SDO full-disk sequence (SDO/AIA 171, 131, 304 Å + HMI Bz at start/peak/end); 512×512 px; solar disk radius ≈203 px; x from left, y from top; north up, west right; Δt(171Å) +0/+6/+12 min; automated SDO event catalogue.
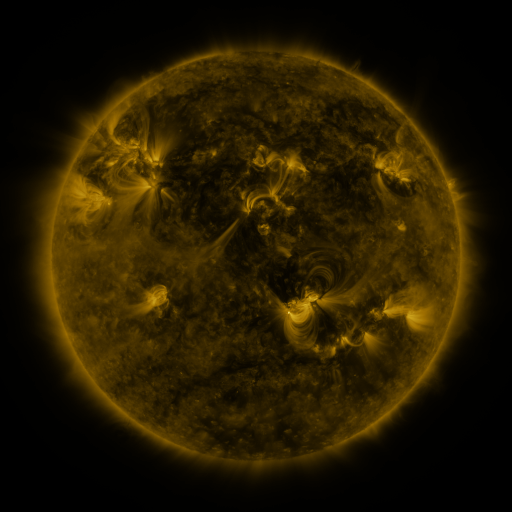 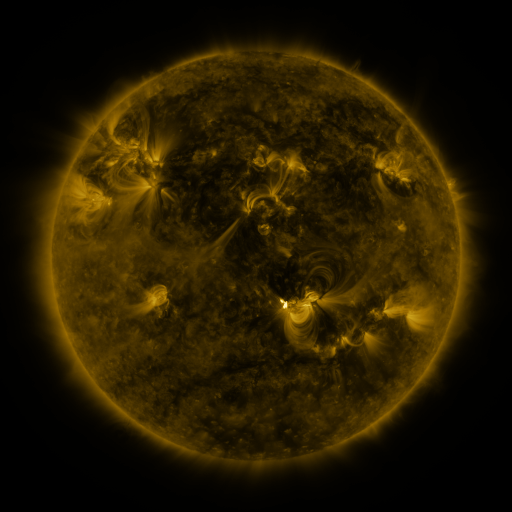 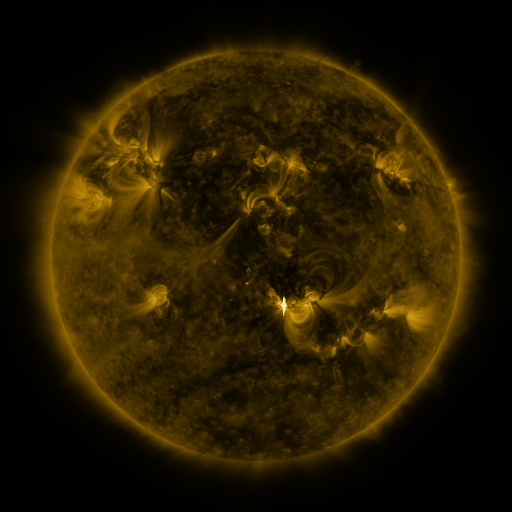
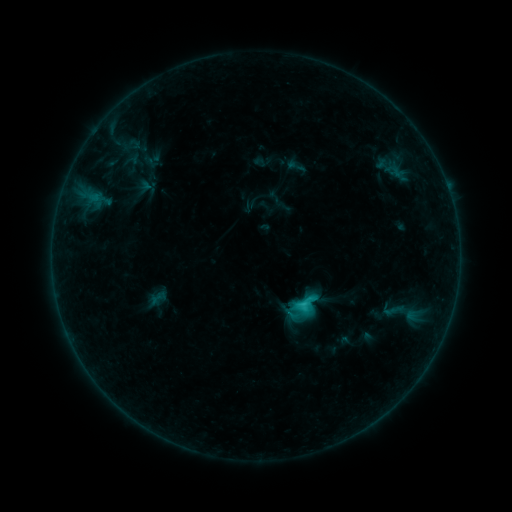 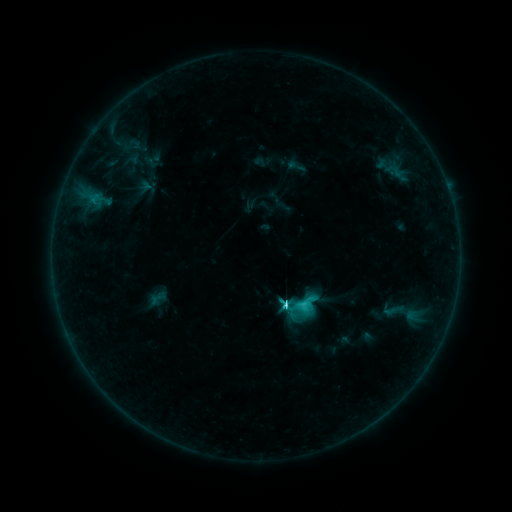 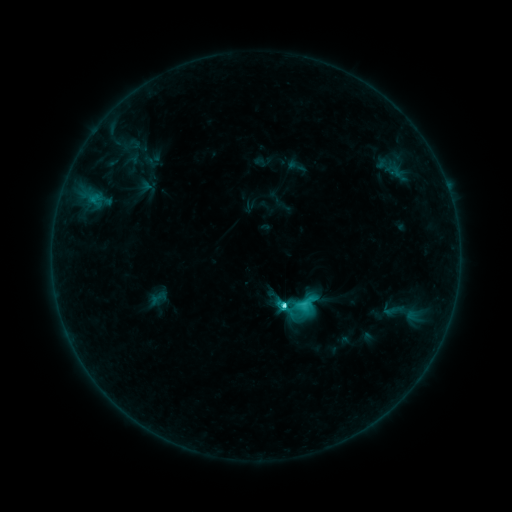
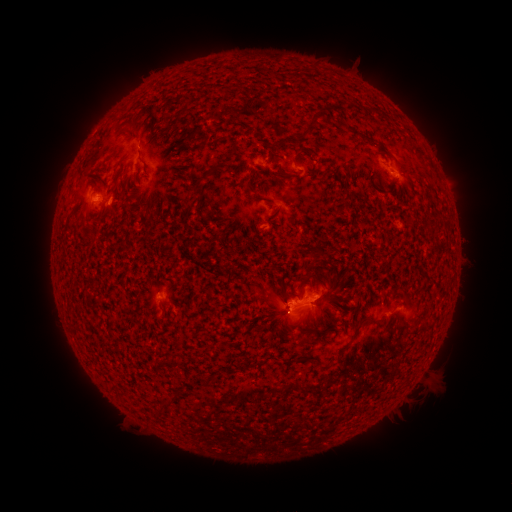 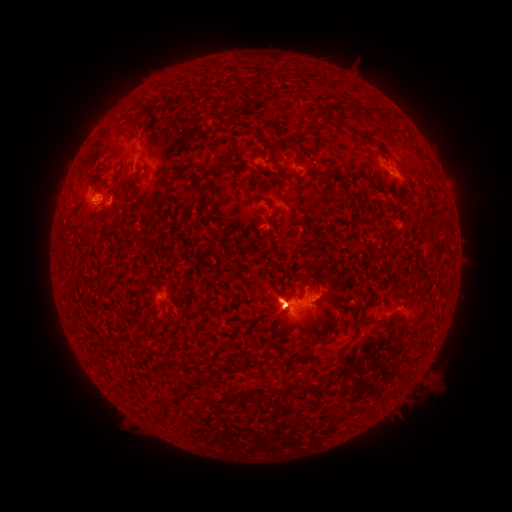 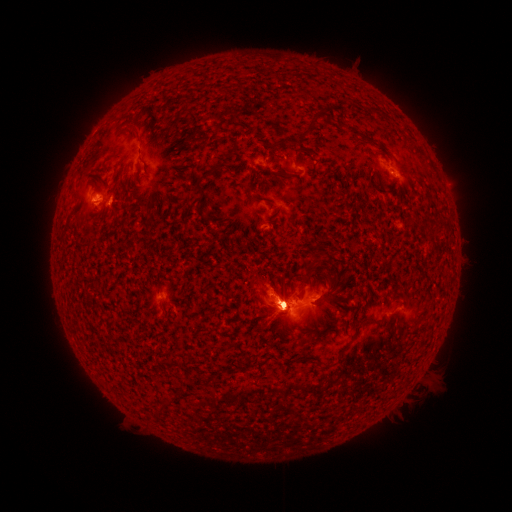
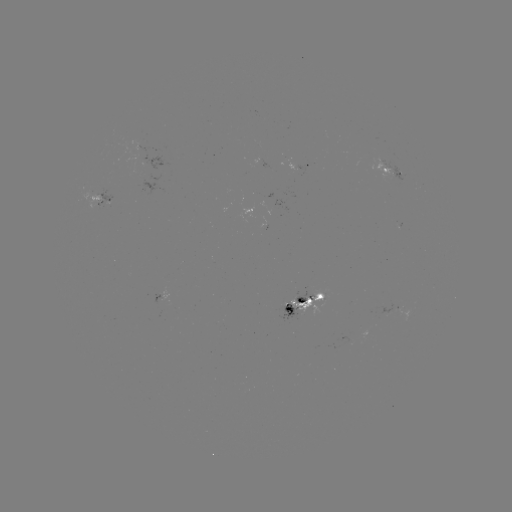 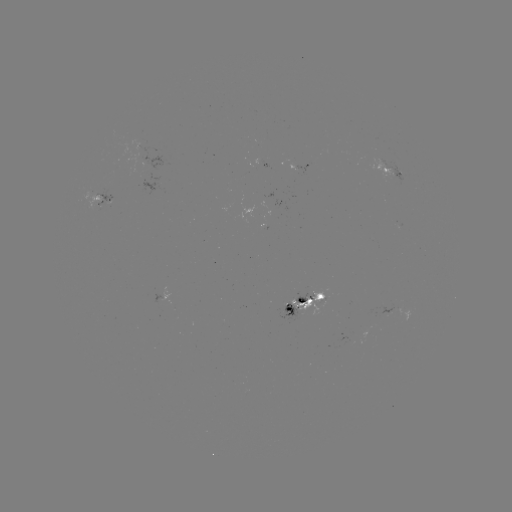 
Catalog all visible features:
C4.8 flare: (282, 302)
